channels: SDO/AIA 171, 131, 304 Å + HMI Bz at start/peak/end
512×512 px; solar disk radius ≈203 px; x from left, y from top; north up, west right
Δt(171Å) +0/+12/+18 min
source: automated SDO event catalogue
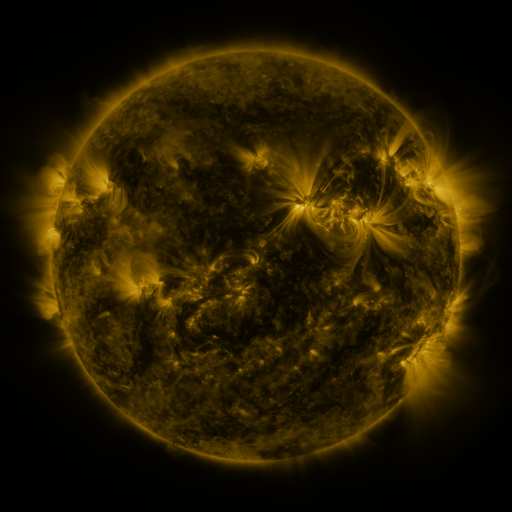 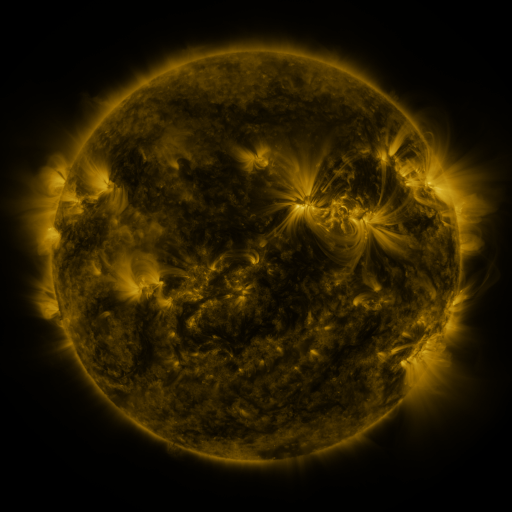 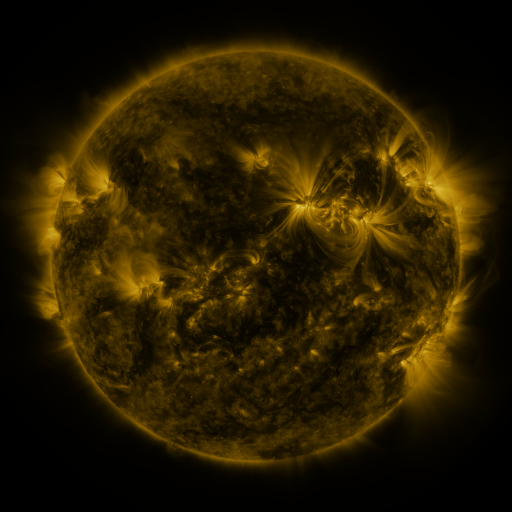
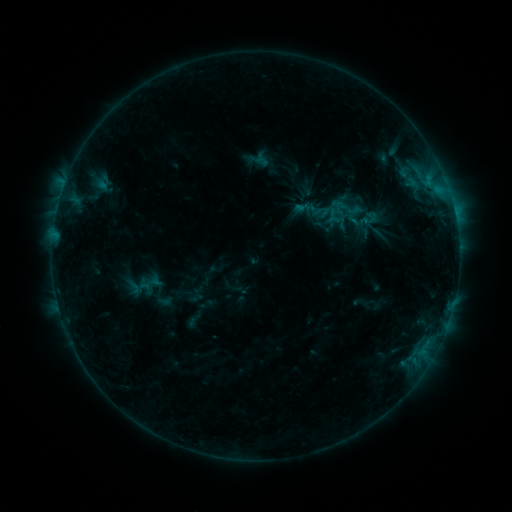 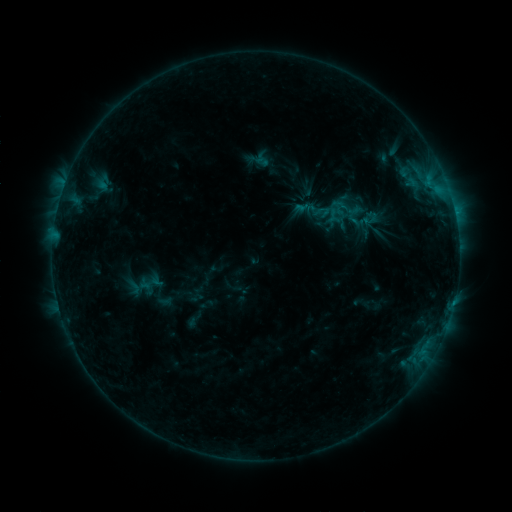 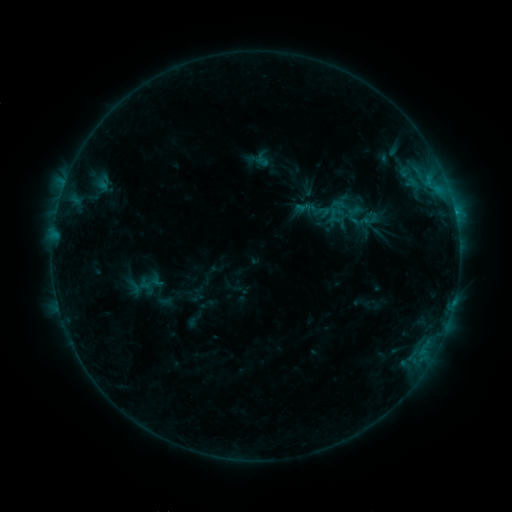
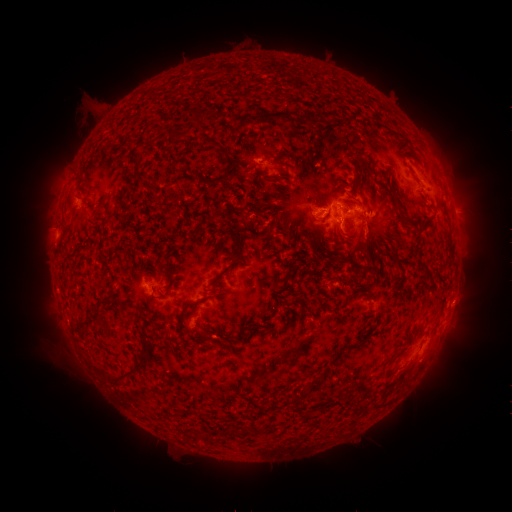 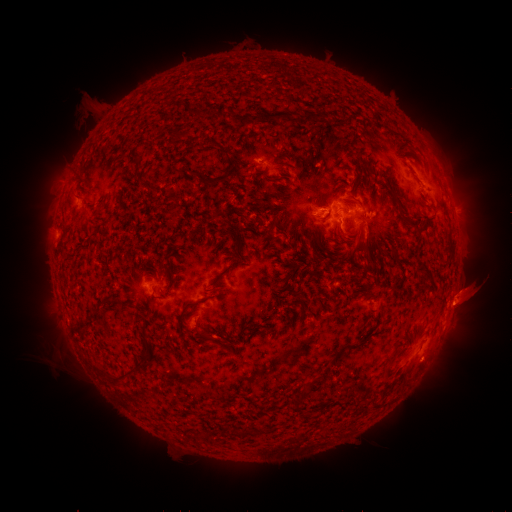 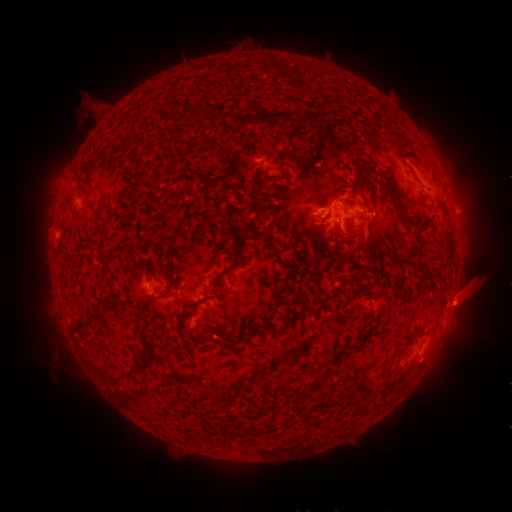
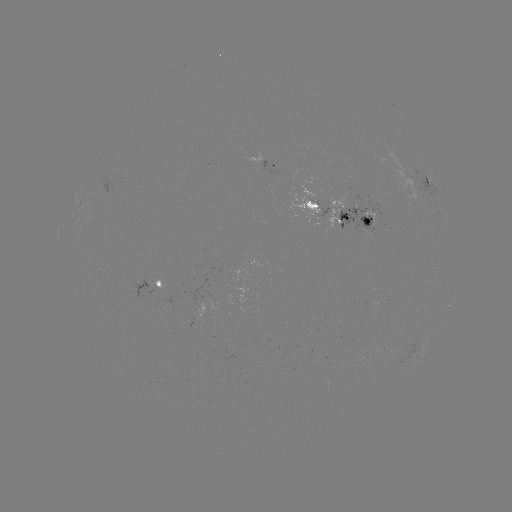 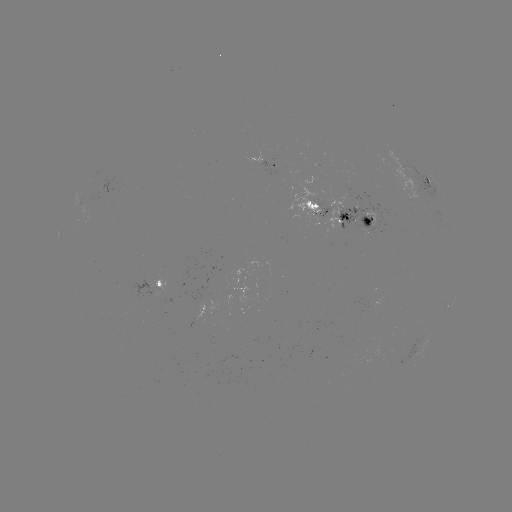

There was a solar eruption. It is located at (473, 290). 